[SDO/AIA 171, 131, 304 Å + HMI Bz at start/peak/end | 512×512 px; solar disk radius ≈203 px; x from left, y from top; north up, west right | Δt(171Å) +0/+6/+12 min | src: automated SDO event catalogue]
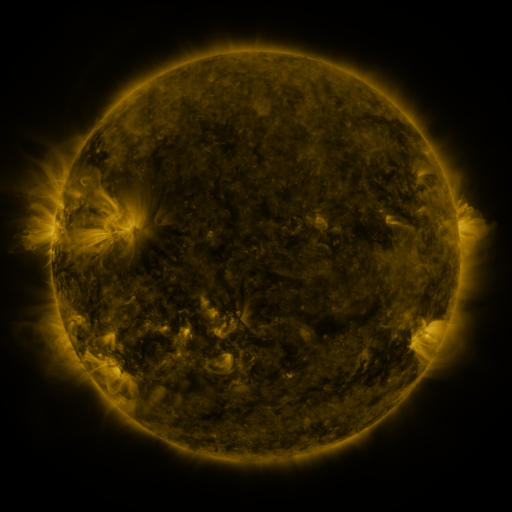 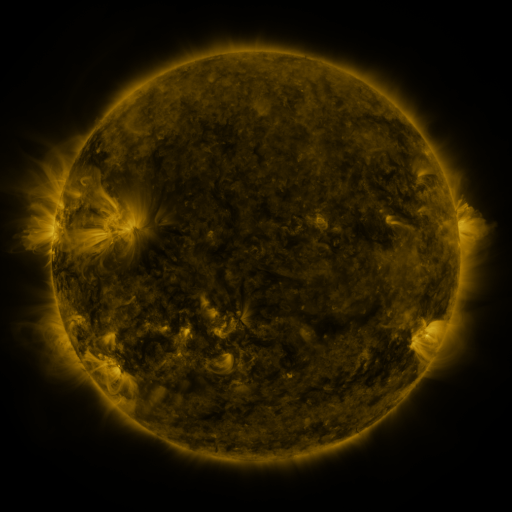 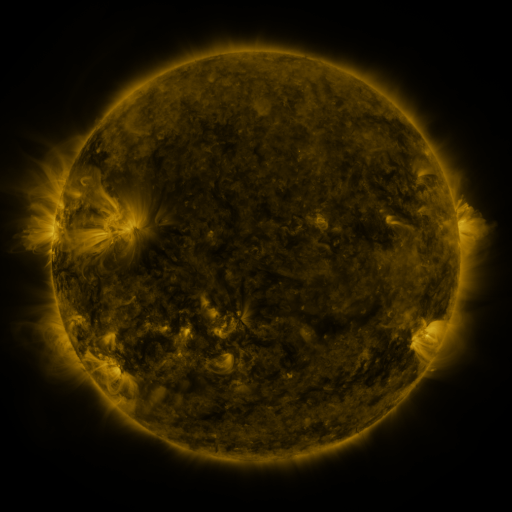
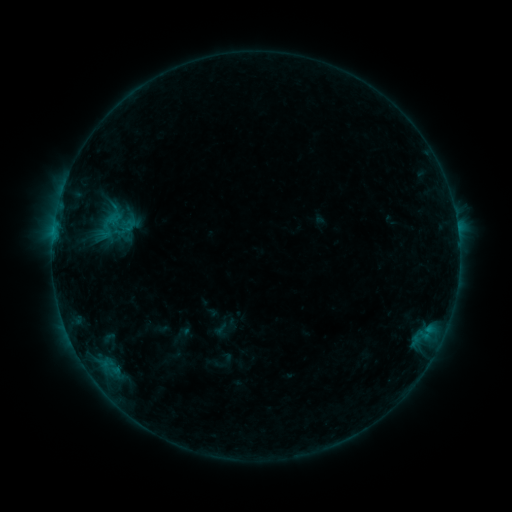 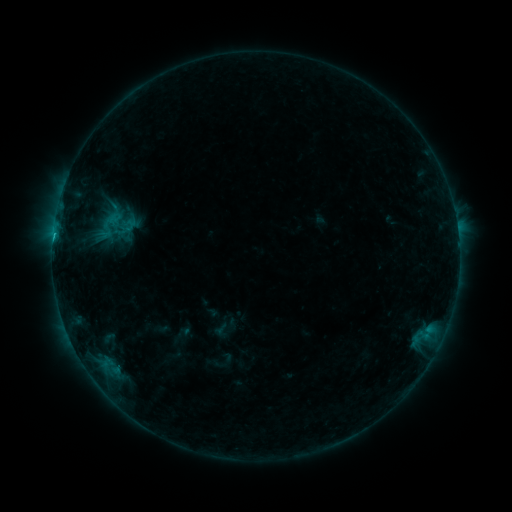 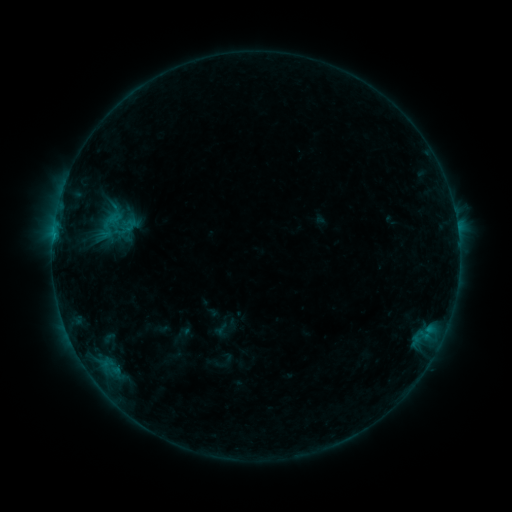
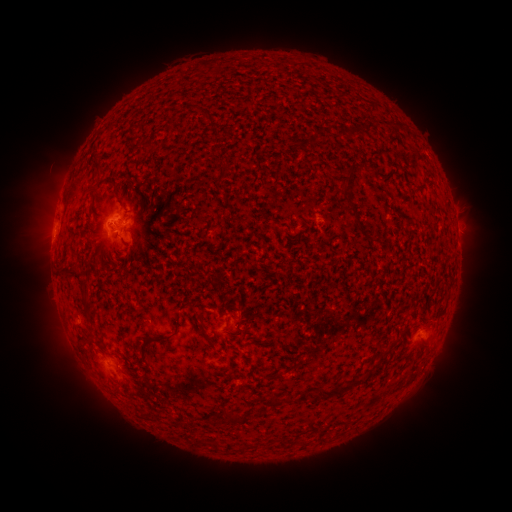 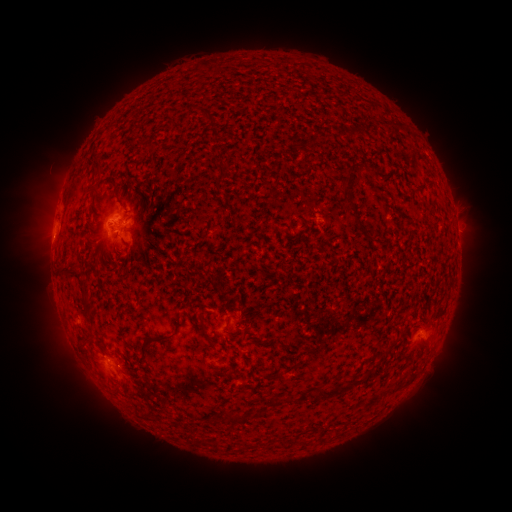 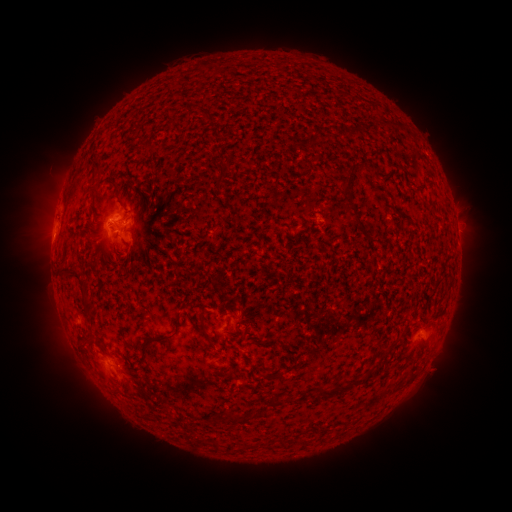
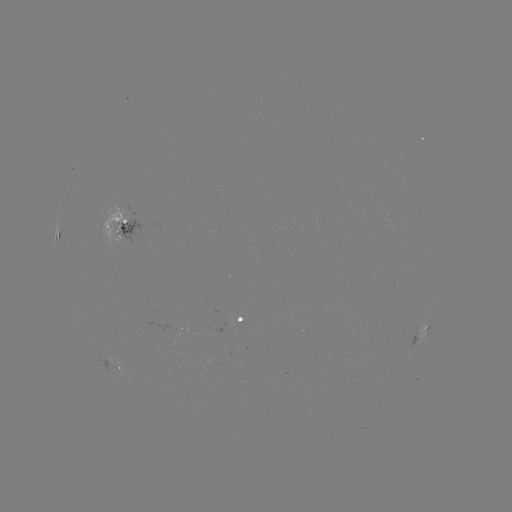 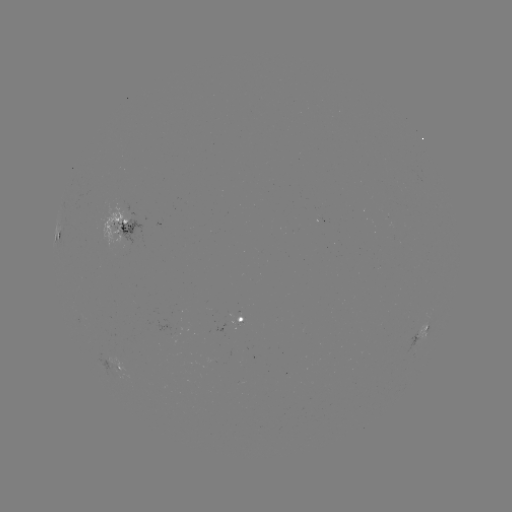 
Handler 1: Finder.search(B7.9 flare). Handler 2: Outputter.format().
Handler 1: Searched B7.9 flare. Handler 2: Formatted [428, 327].